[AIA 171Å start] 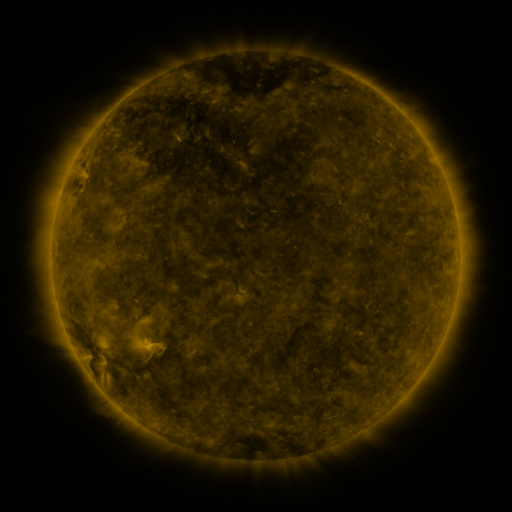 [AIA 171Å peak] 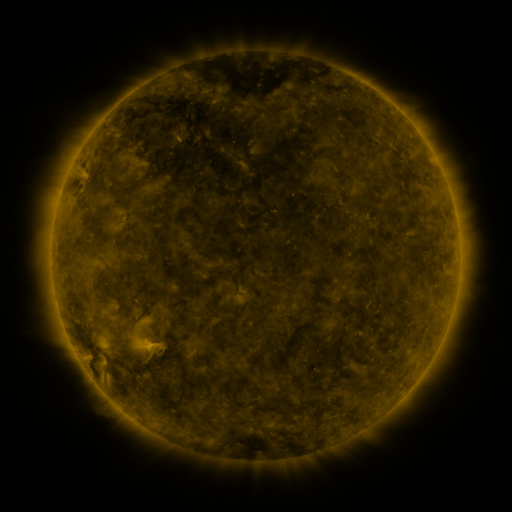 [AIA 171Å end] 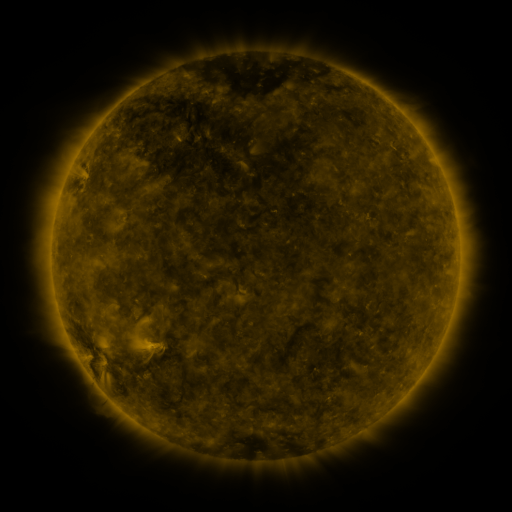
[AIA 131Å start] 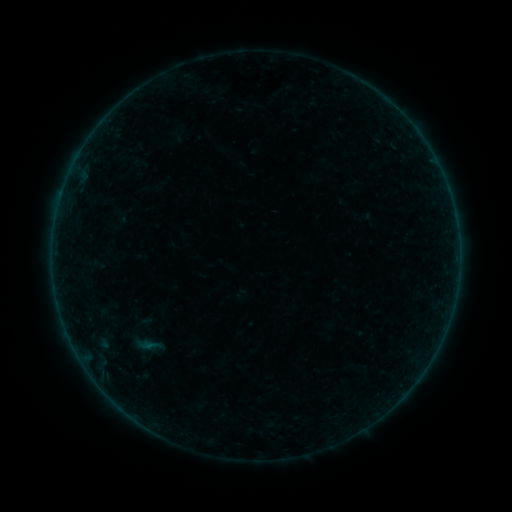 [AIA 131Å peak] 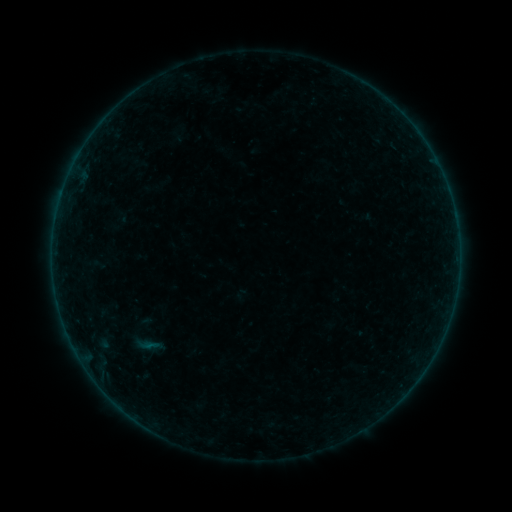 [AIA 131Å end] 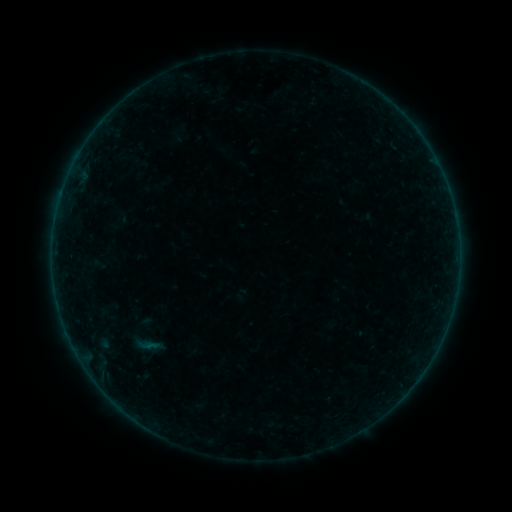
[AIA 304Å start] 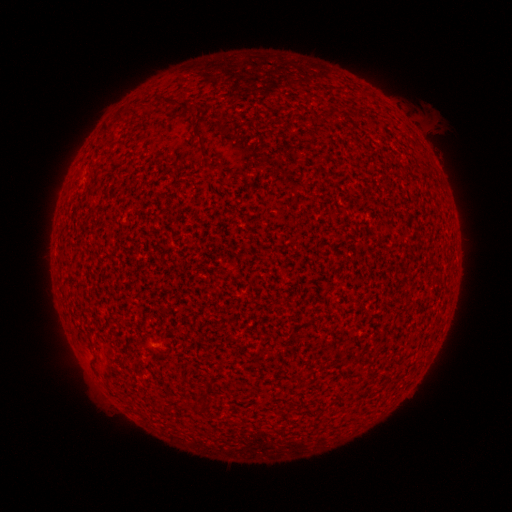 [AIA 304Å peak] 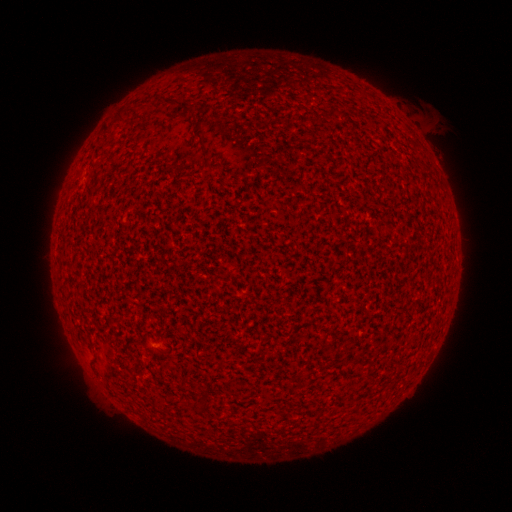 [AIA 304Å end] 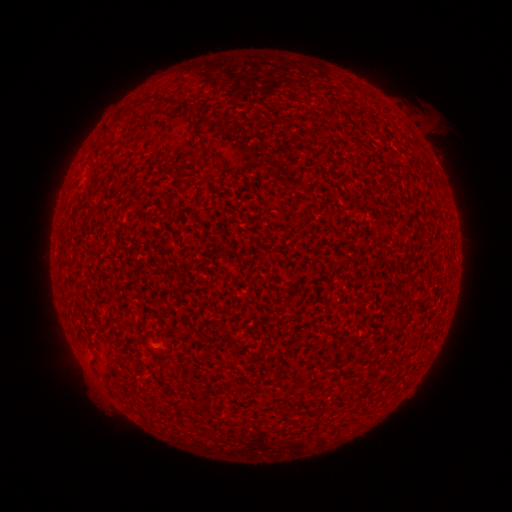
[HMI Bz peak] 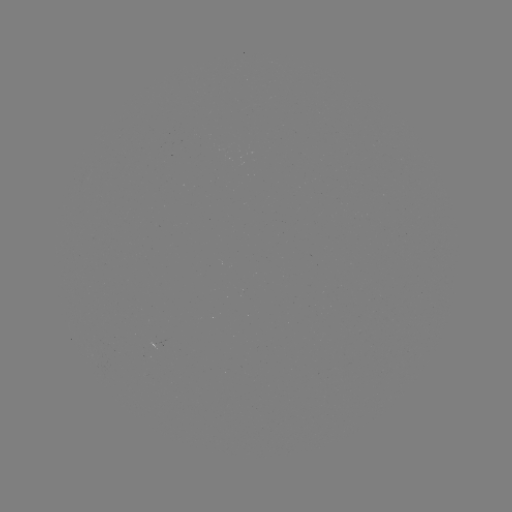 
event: flare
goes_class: A4.3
